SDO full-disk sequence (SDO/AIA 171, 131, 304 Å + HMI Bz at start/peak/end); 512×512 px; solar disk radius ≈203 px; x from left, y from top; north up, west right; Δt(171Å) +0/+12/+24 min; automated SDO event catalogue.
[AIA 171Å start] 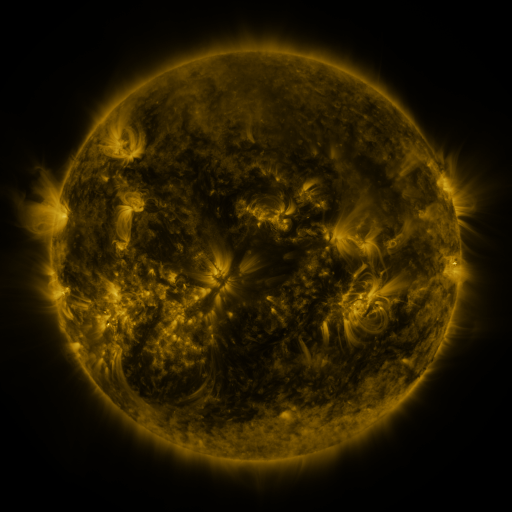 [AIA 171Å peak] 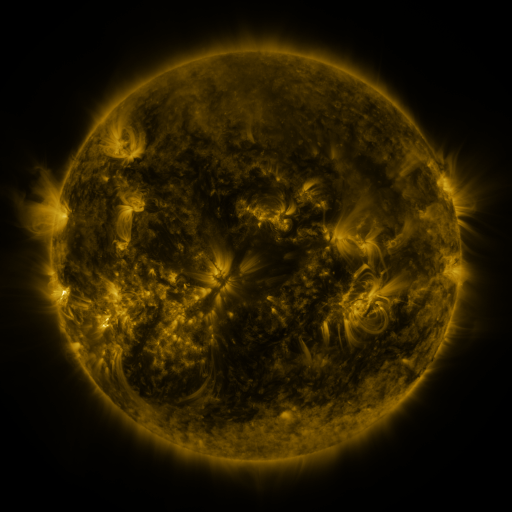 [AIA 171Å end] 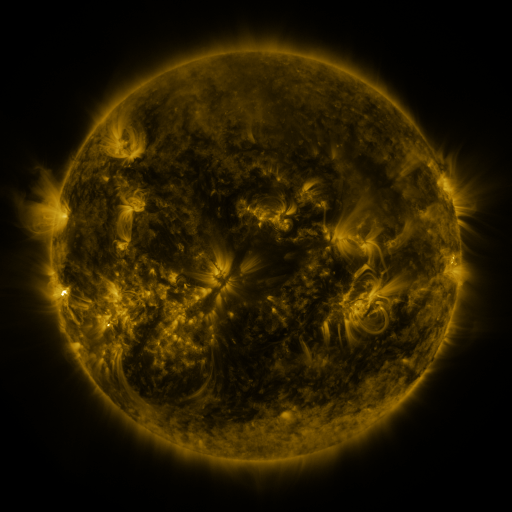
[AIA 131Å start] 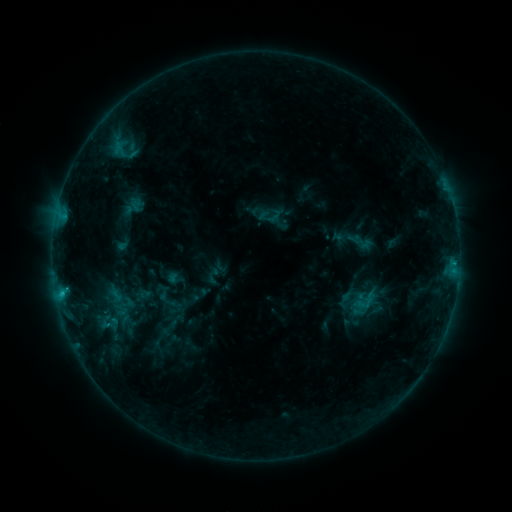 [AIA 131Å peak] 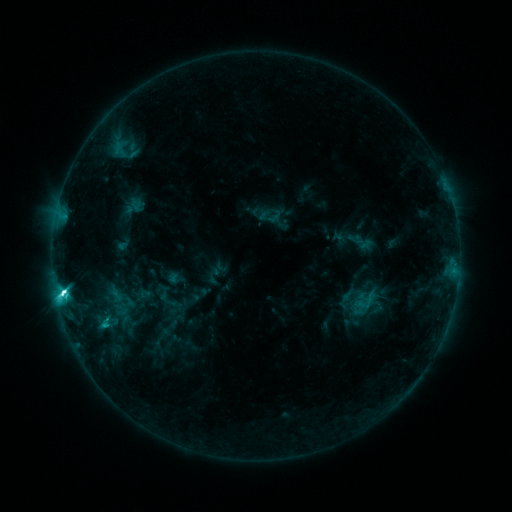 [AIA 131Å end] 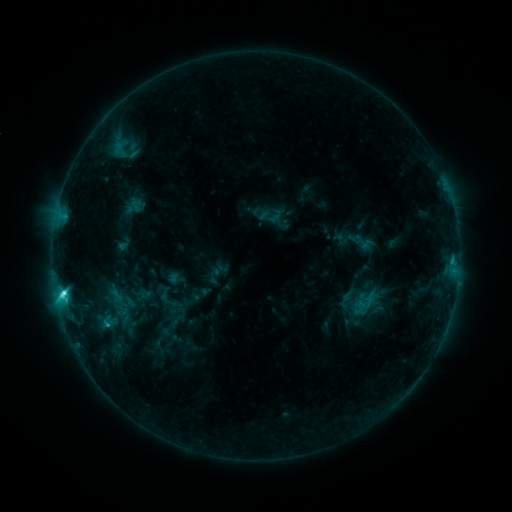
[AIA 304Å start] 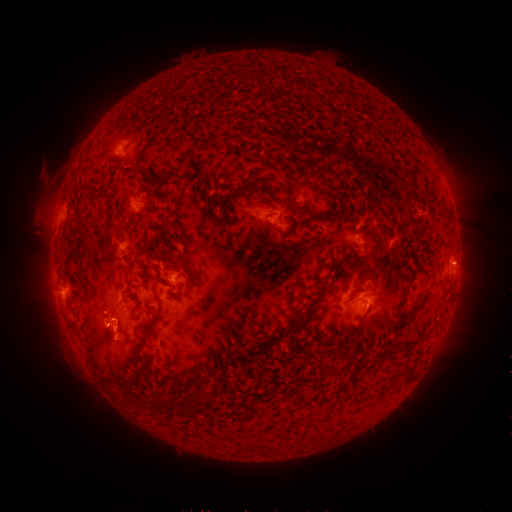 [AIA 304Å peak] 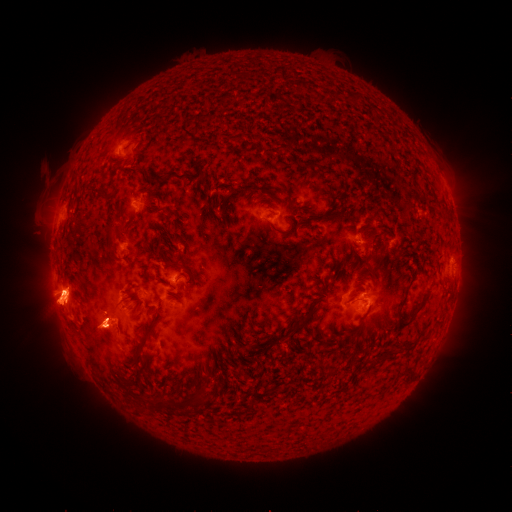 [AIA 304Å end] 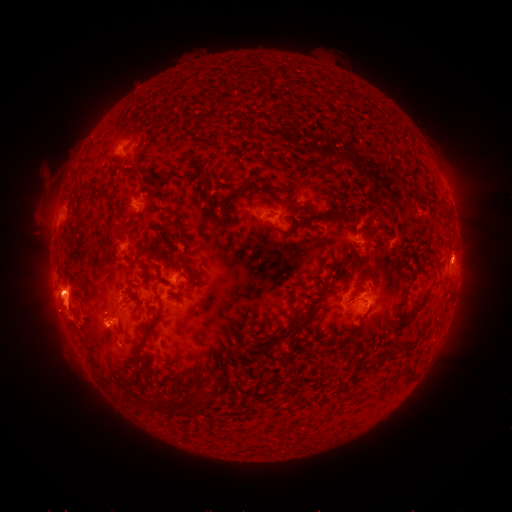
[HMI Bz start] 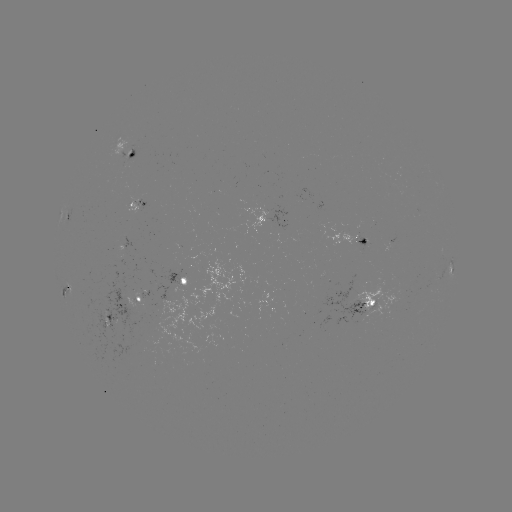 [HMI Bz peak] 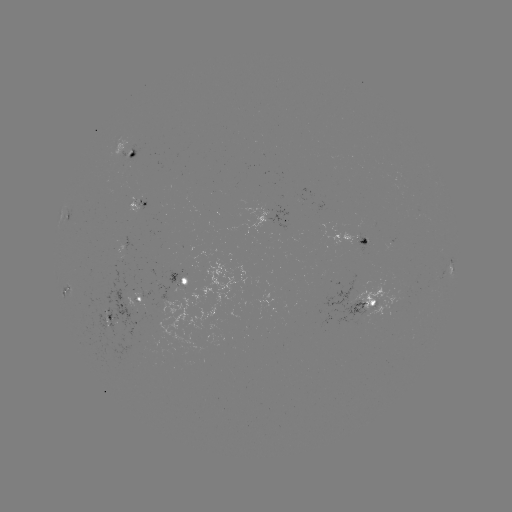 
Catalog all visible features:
C8.6 flare: (64, 290)
